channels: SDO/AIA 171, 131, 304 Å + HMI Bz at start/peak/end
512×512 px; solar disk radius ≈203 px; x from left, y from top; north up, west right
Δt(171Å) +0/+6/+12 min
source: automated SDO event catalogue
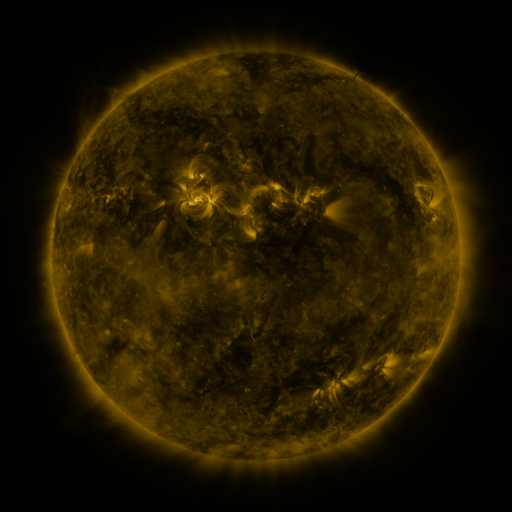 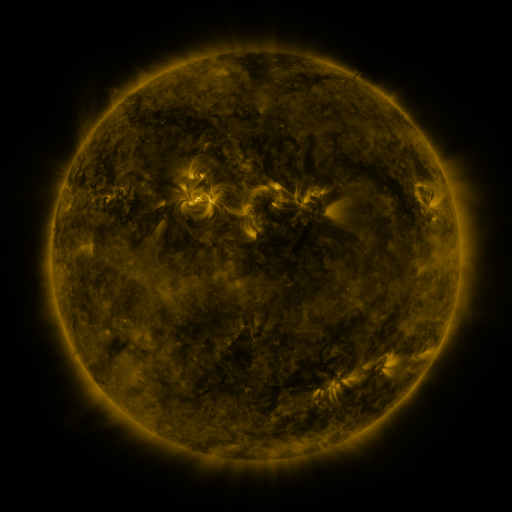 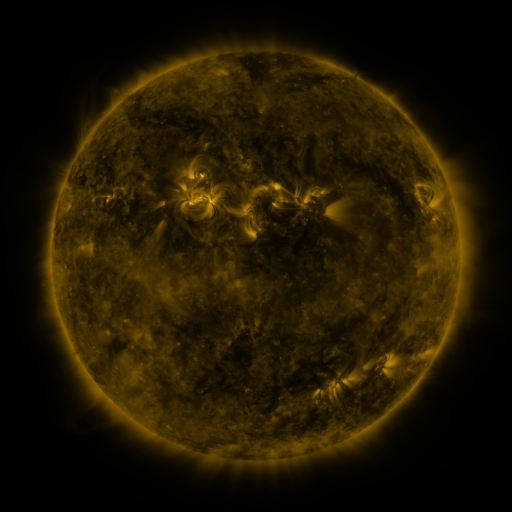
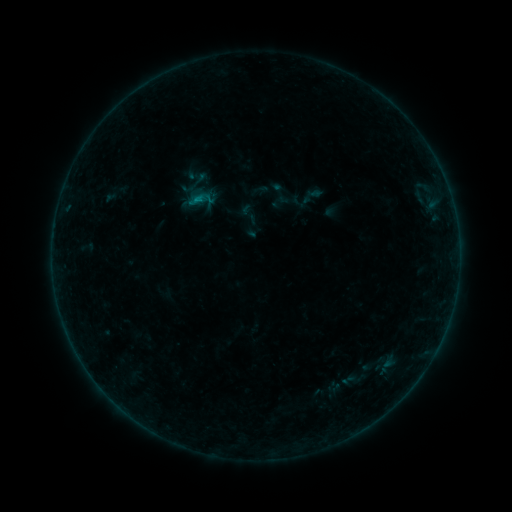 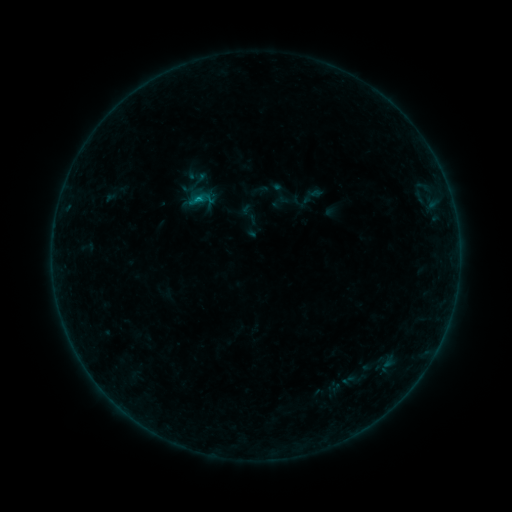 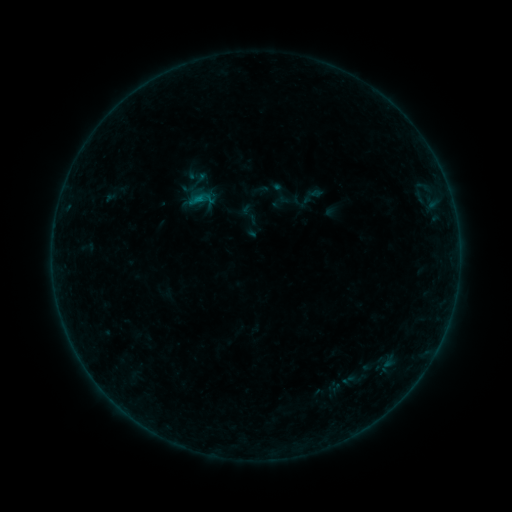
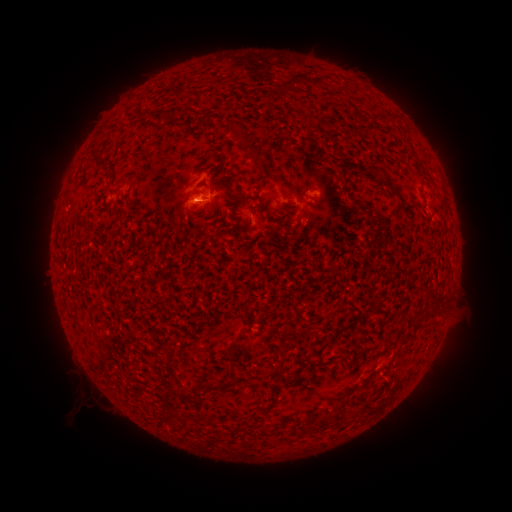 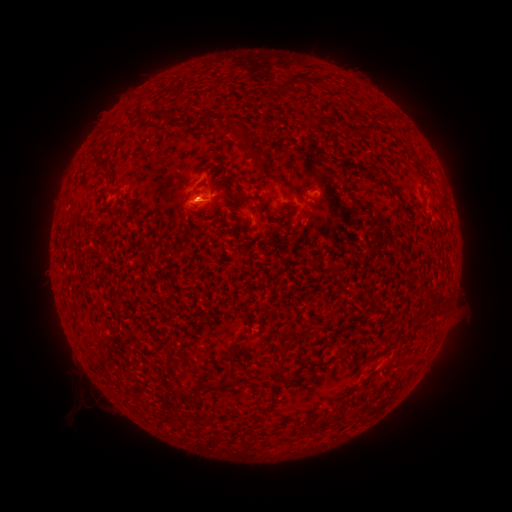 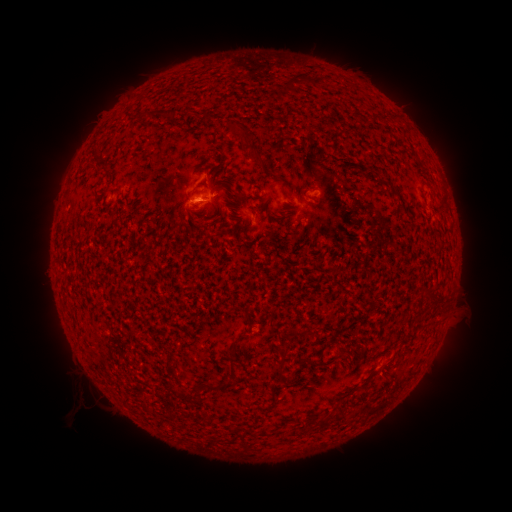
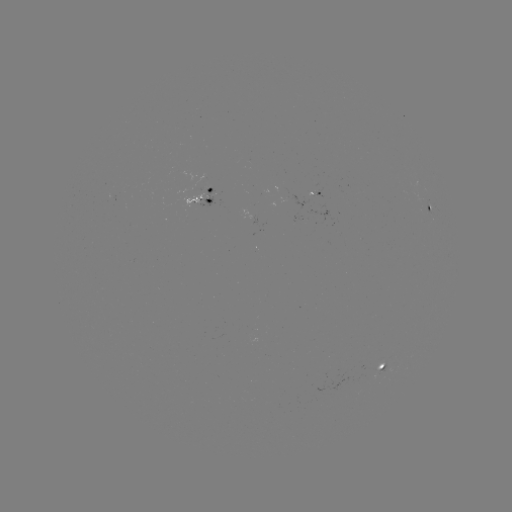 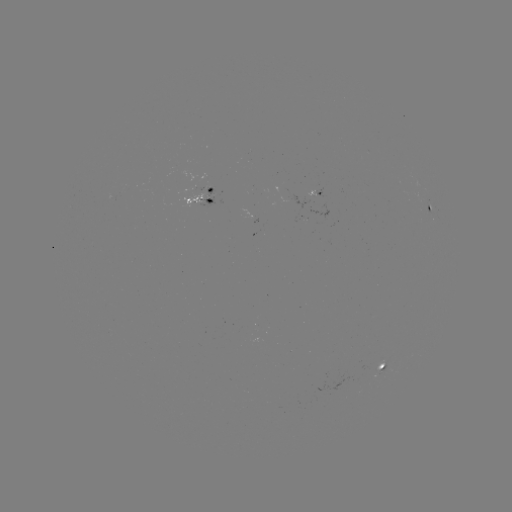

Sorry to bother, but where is B1.9 flare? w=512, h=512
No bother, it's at [199, 202].